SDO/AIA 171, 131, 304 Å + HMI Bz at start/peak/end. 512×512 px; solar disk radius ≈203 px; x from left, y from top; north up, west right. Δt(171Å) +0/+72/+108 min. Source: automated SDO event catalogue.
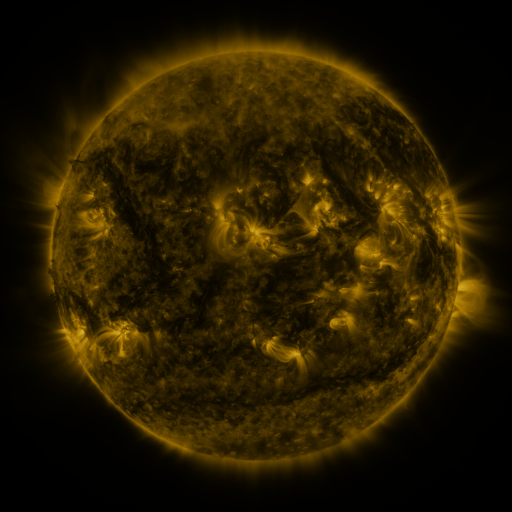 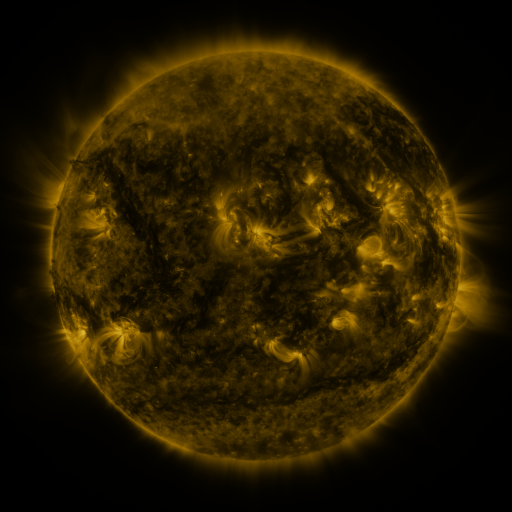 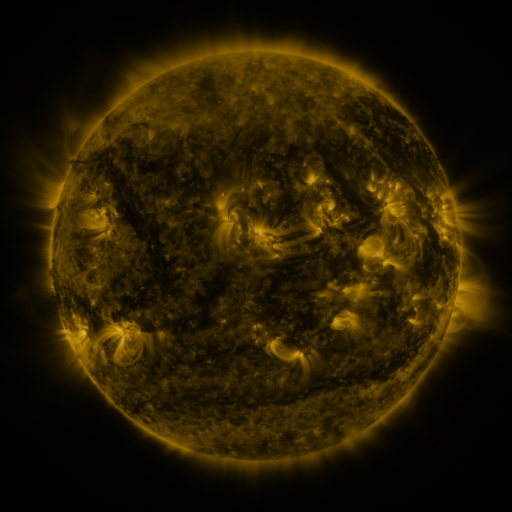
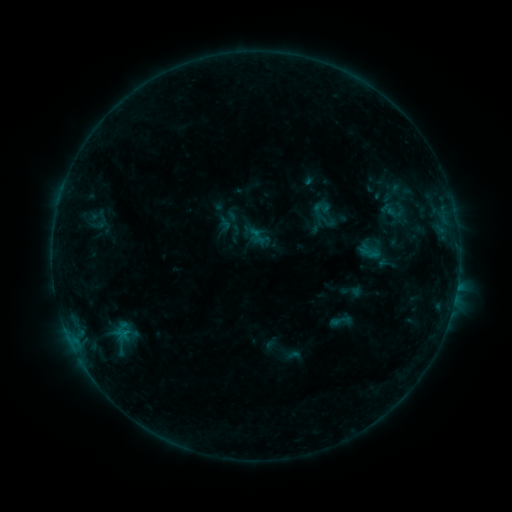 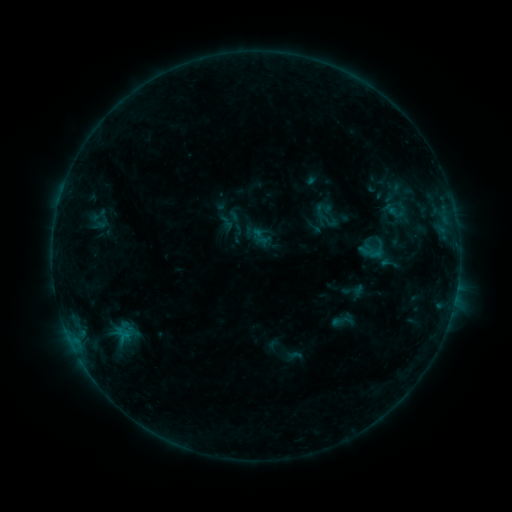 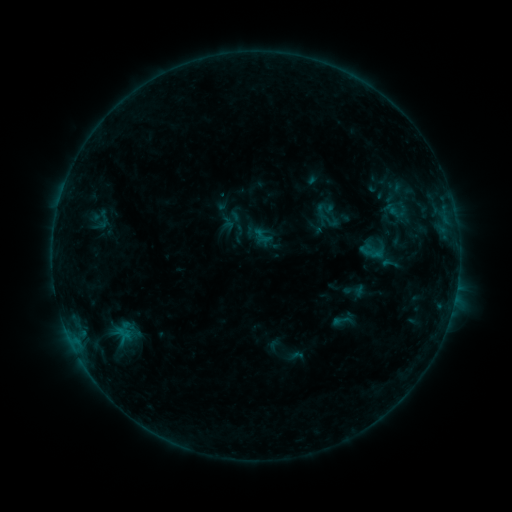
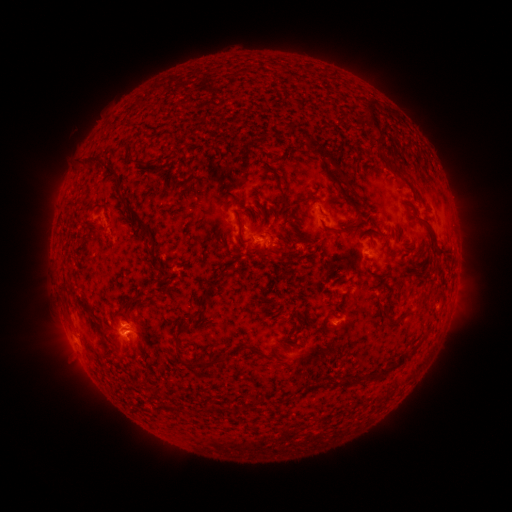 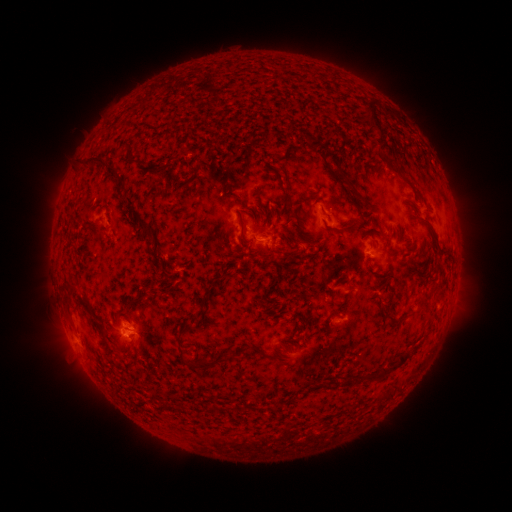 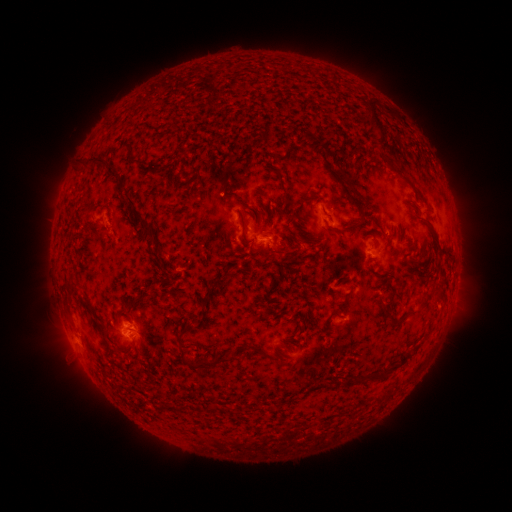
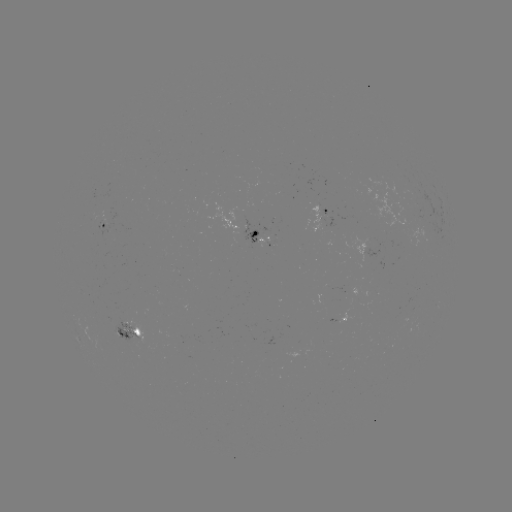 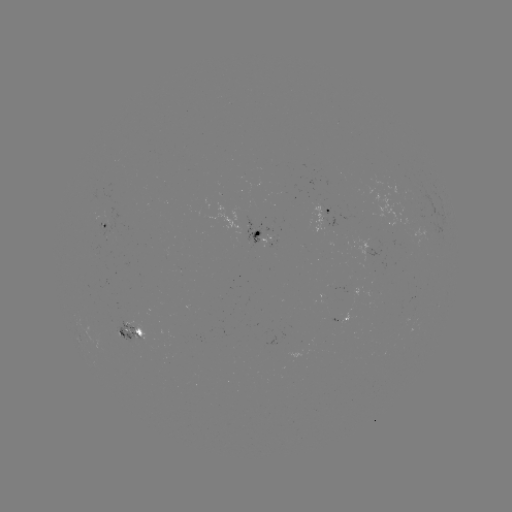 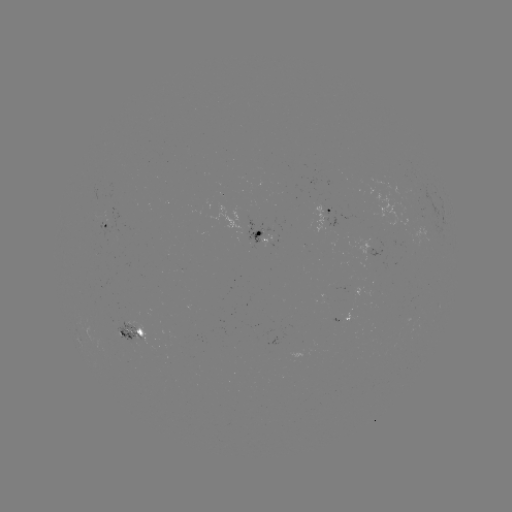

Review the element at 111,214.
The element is emerging-flux region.